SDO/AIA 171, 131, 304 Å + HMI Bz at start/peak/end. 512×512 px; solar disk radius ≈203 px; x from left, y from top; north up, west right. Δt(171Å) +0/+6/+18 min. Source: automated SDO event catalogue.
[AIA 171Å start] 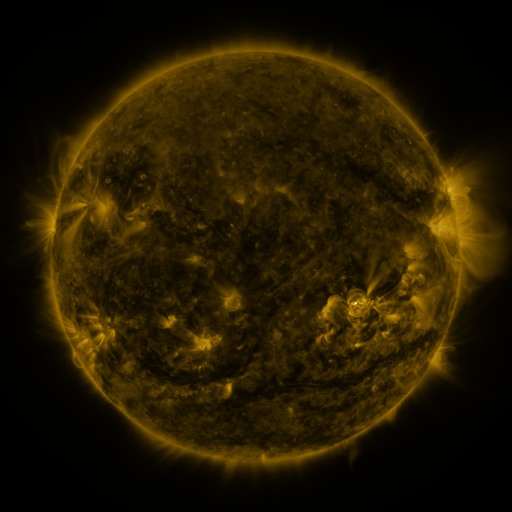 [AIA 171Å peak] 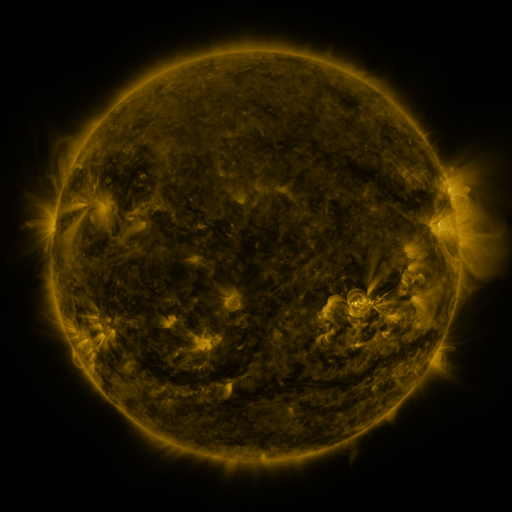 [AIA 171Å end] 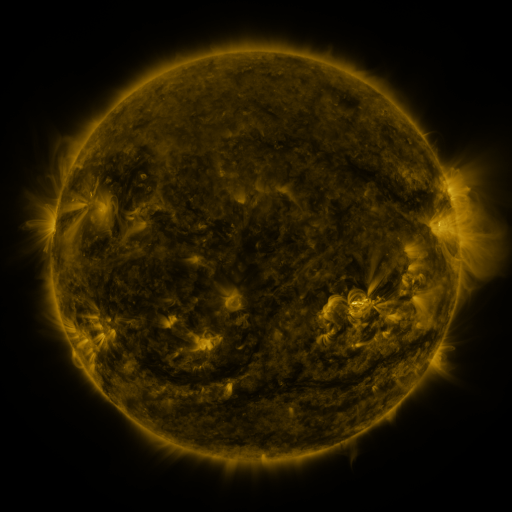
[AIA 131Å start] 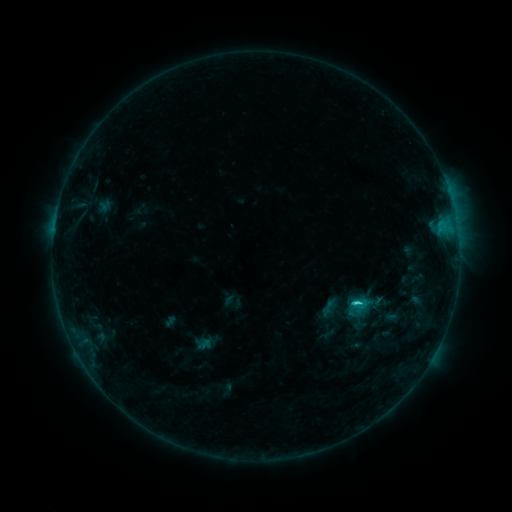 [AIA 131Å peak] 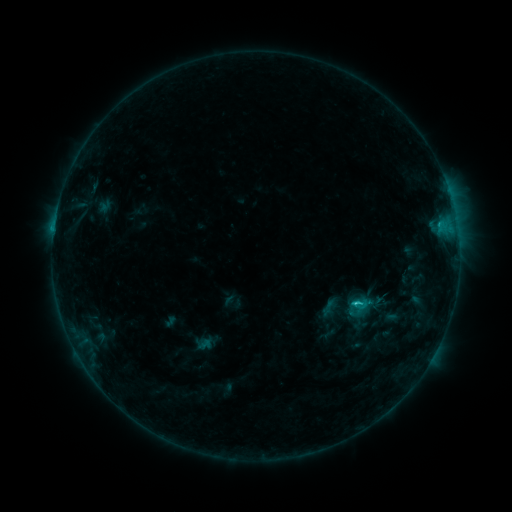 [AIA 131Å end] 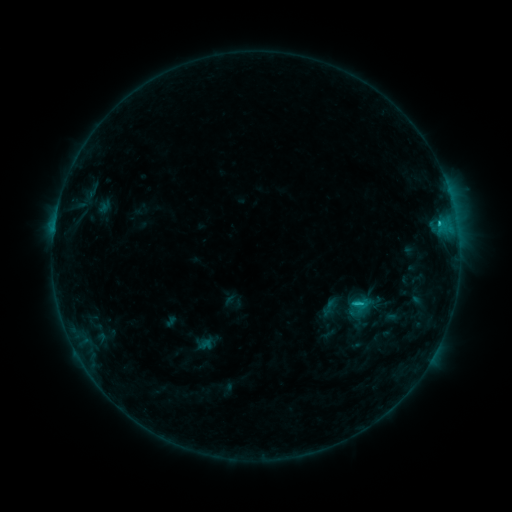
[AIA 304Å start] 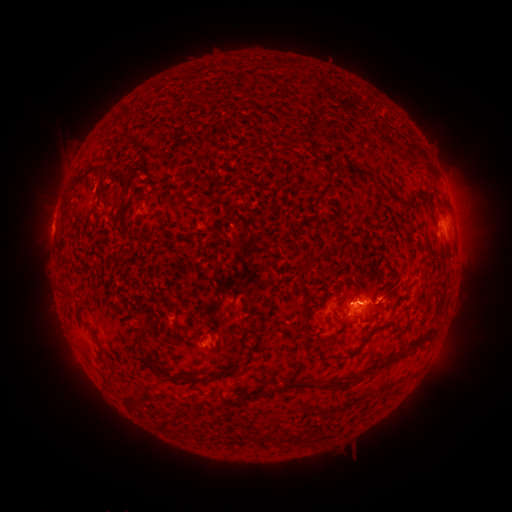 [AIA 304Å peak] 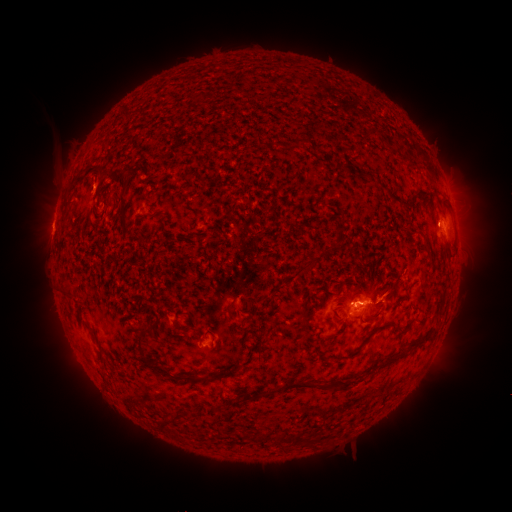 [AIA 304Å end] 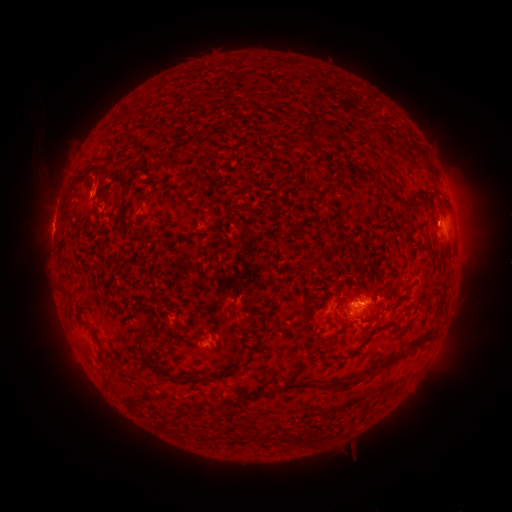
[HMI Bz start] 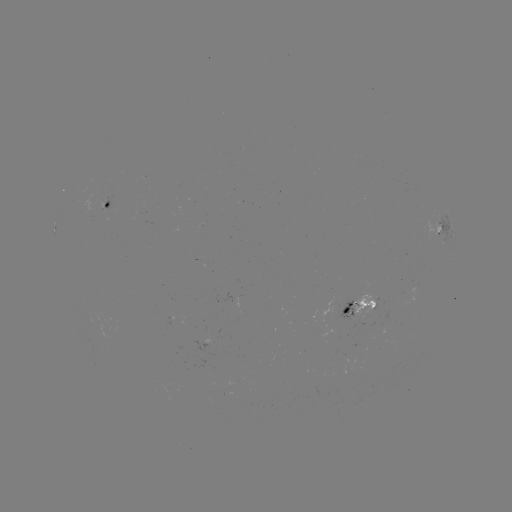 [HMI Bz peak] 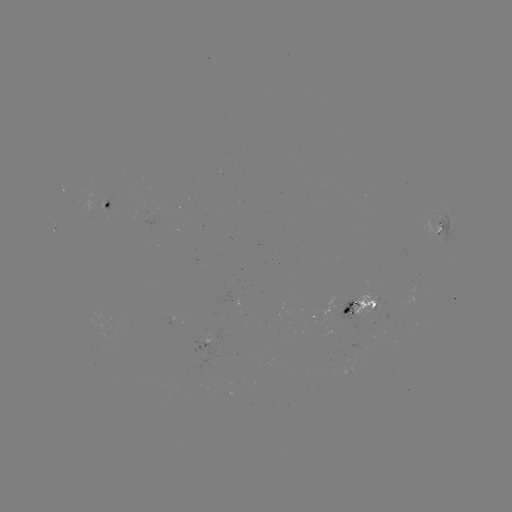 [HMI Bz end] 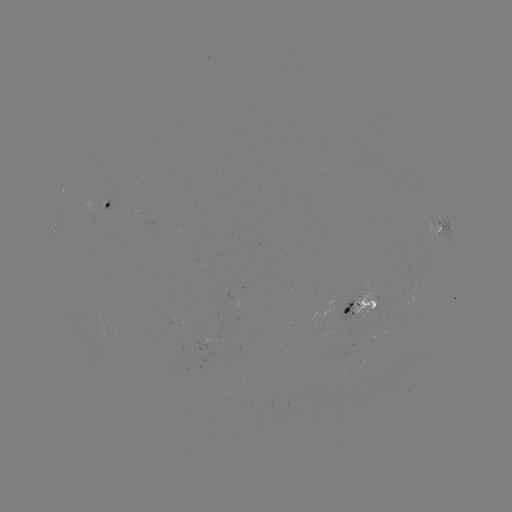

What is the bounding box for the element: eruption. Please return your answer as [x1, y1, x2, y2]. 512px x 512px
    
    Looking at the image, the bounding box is [31, 150, 117, 208].